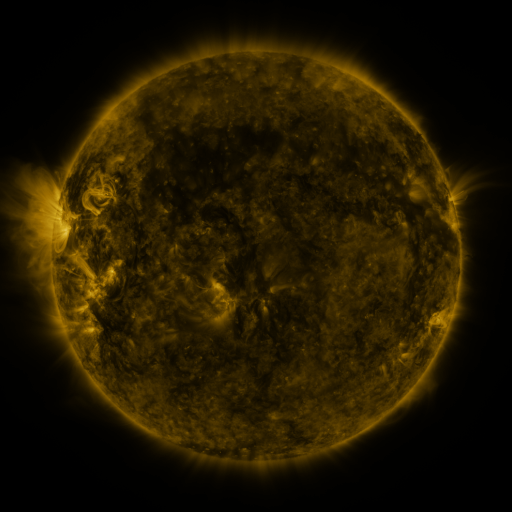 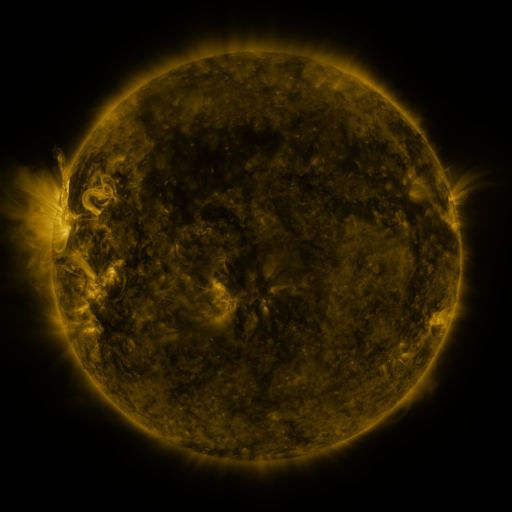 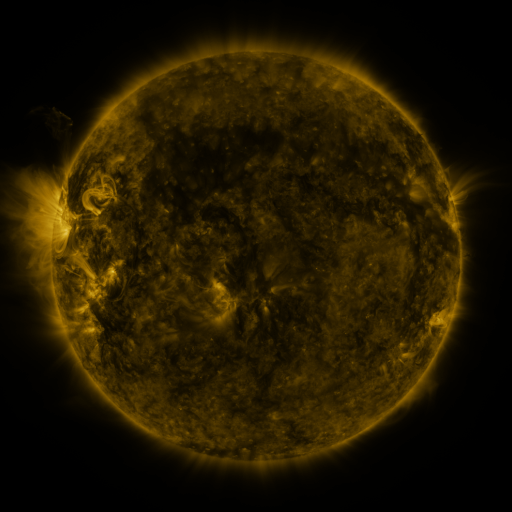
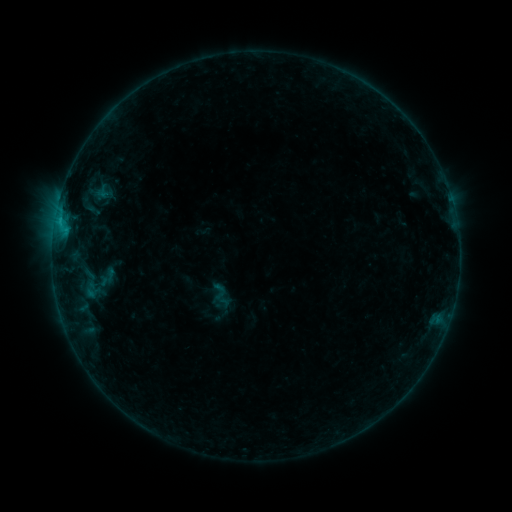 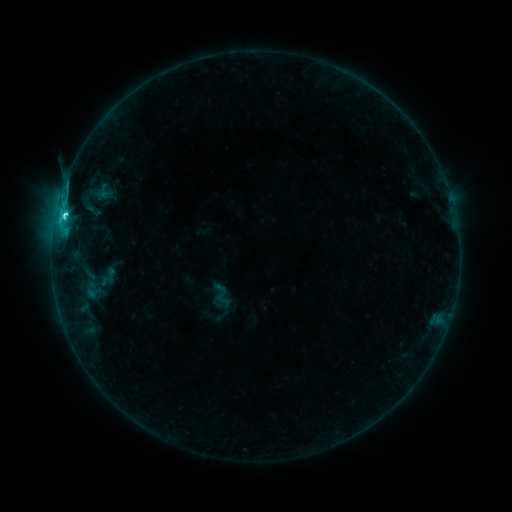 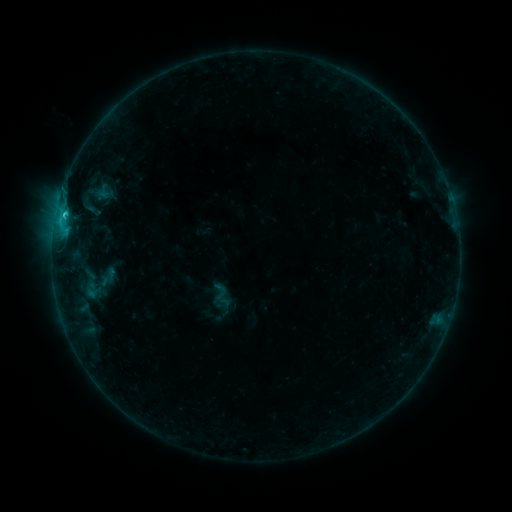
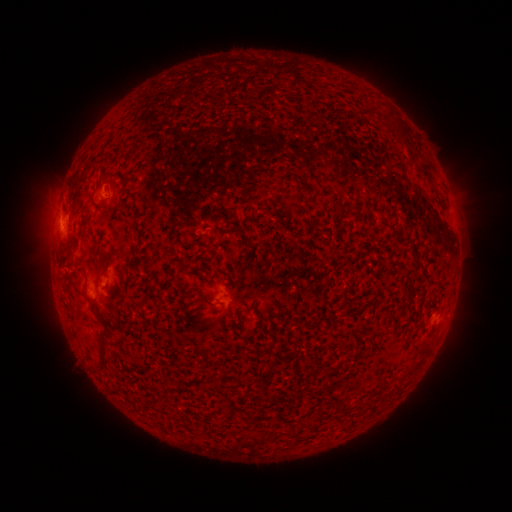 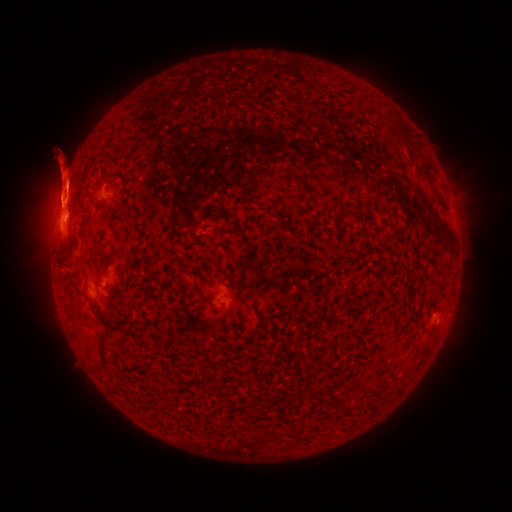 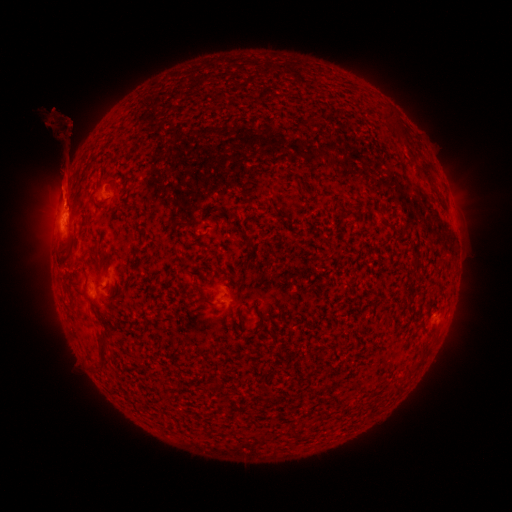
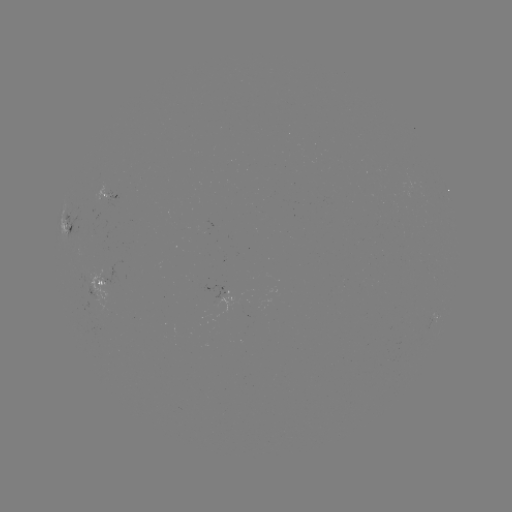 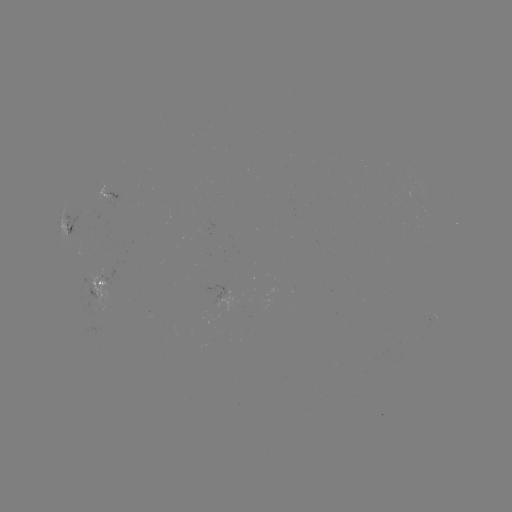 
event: flare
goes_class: C2.6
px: (65, 217)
